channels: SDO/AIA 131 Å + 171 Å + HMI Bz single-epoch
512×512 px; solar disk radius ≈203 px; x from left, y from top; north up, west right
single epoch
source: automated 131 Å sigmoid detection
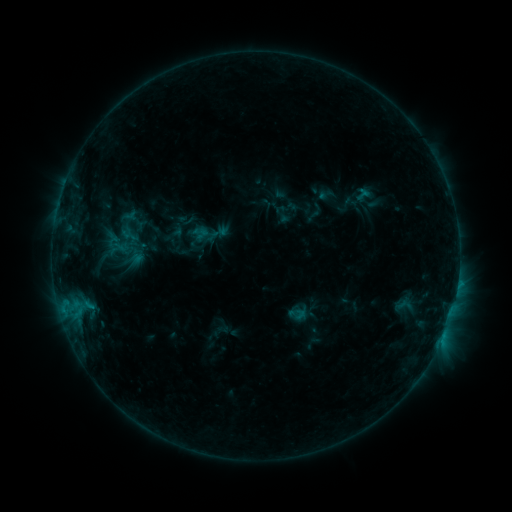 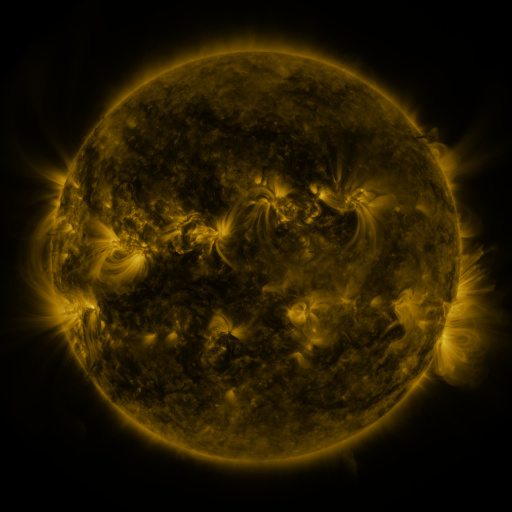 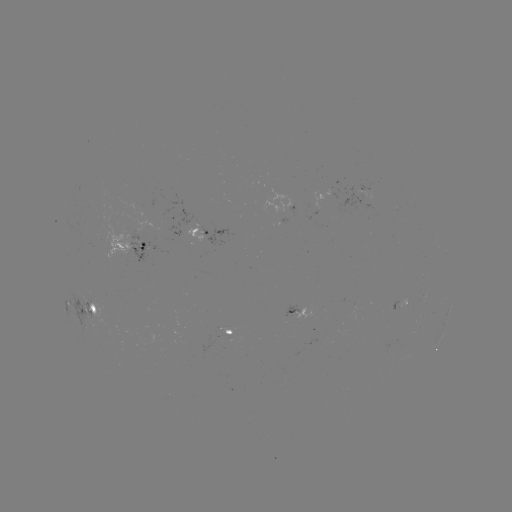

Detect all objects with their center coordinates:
sigmoid: (182, 250)
sigmoid: (404, 305)
